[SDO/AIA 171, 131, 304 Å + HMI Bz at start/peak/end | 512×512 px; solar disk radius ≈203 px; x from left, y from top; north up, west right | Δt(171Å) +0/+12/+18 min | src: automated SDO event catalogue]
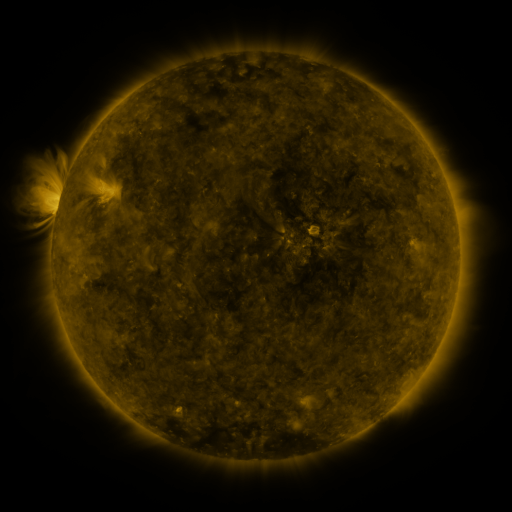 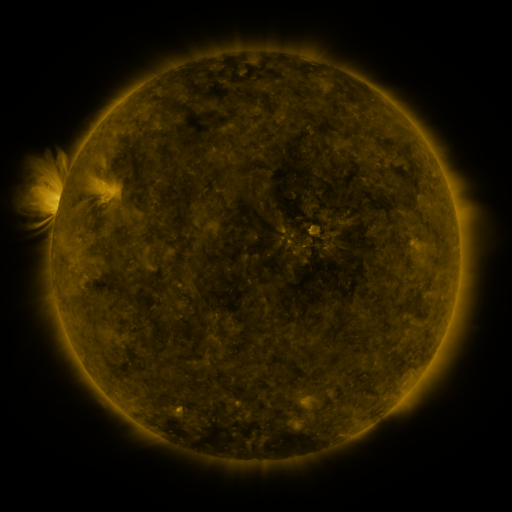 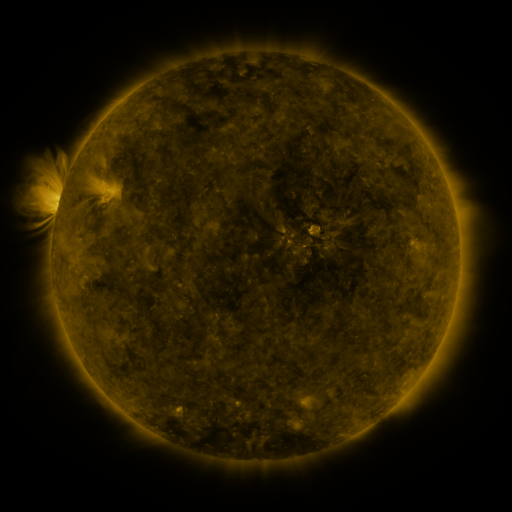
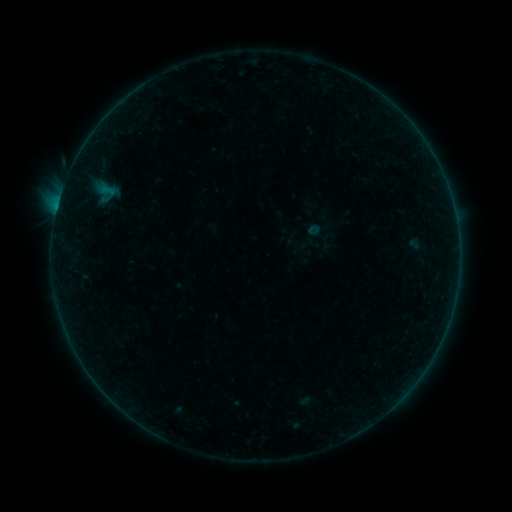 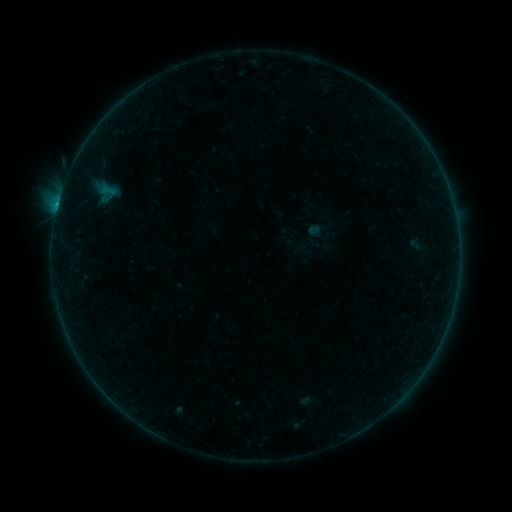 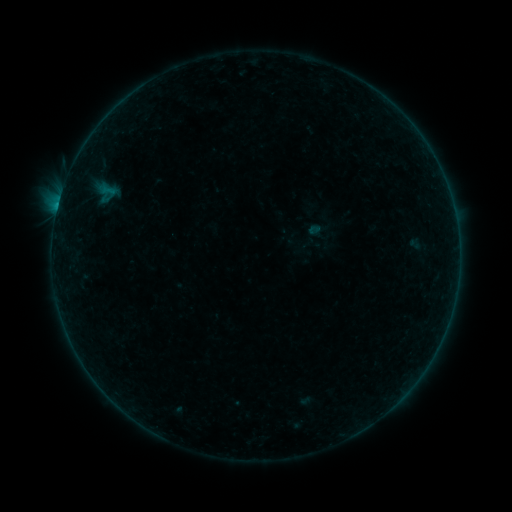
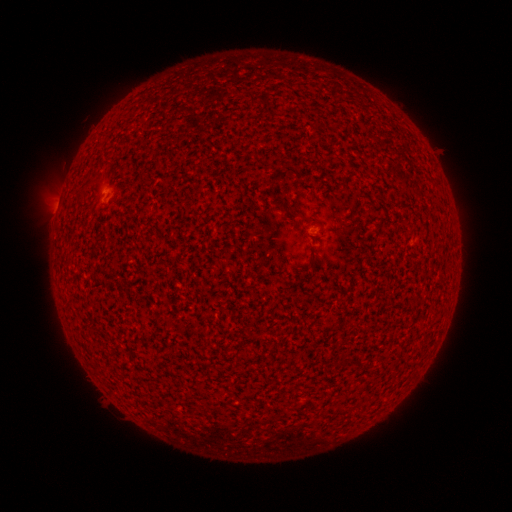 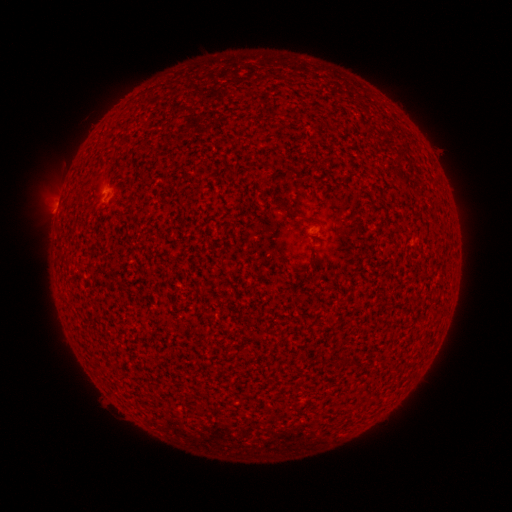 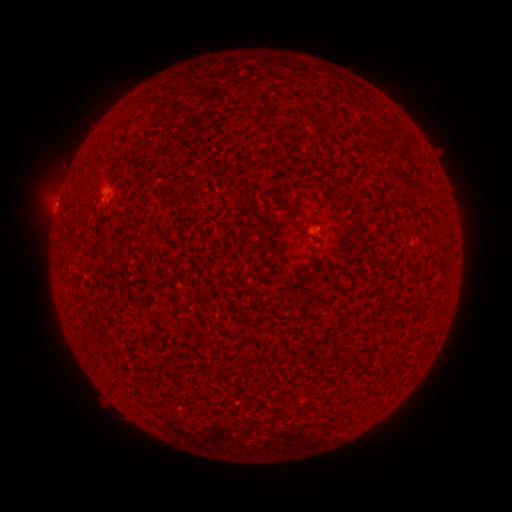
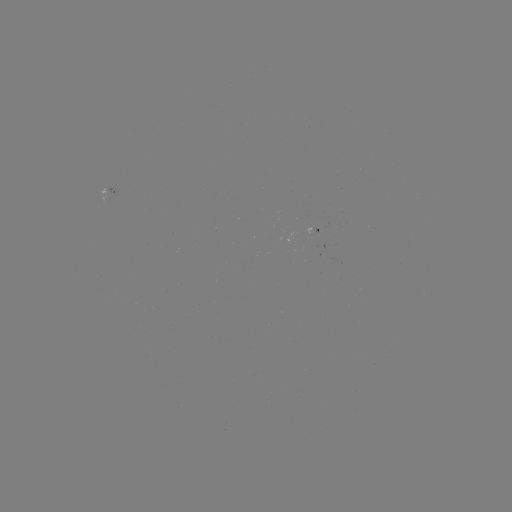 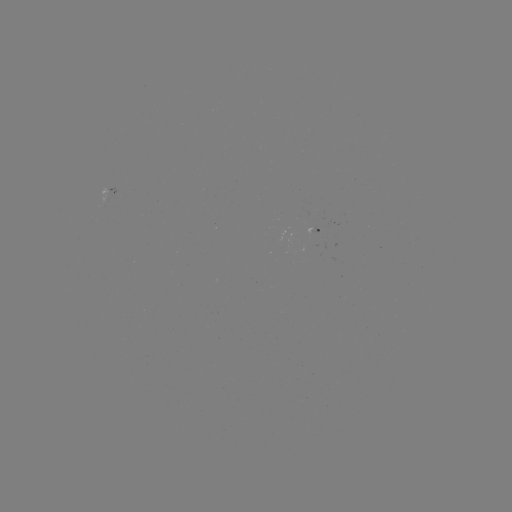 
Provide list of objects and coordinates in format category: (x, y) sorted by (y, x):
B2.0 flare: (58, 206)
